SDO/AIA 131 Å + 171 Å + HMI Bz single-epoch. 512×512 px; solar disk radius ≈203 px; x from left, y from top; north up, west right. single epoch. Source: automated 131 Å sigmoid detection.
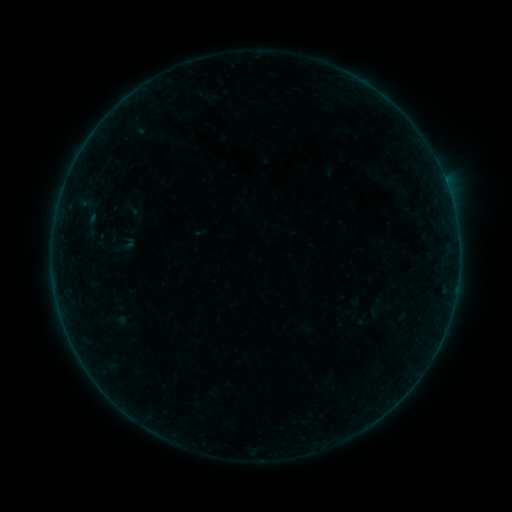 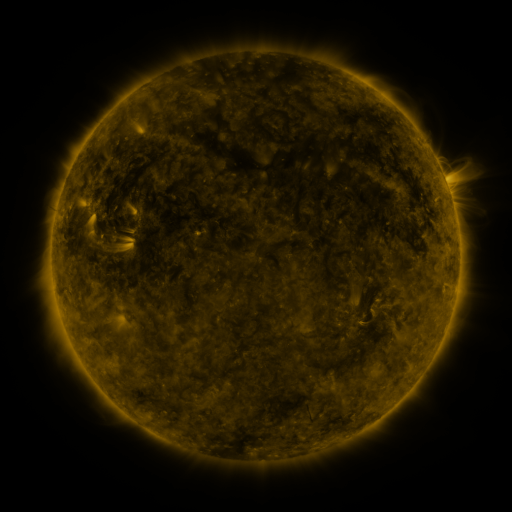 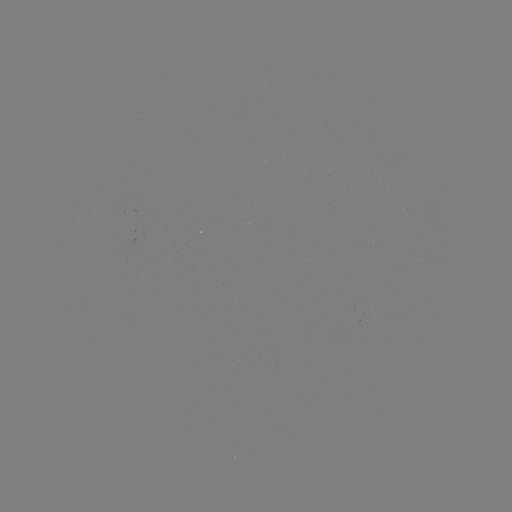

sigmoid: <bbox>363, 295, 387, 319</bbox>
